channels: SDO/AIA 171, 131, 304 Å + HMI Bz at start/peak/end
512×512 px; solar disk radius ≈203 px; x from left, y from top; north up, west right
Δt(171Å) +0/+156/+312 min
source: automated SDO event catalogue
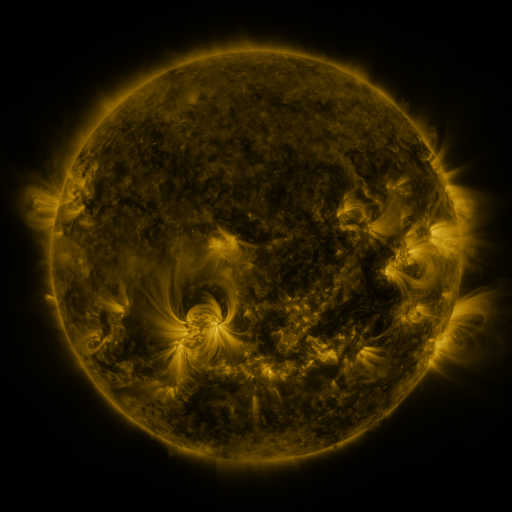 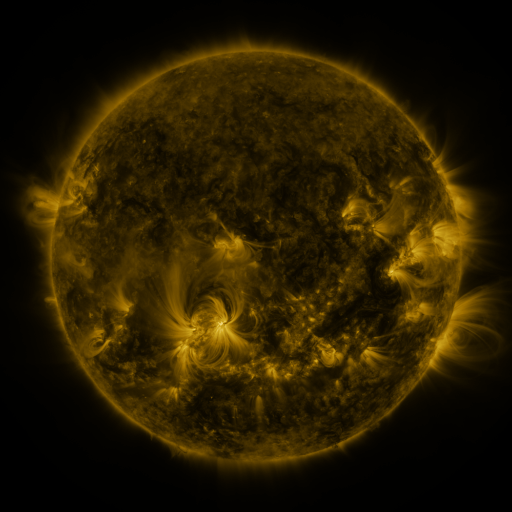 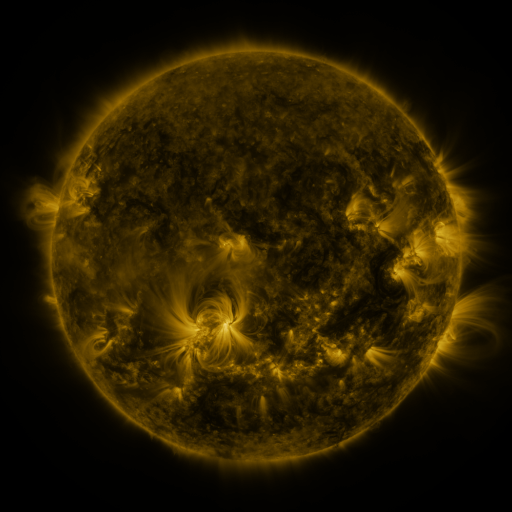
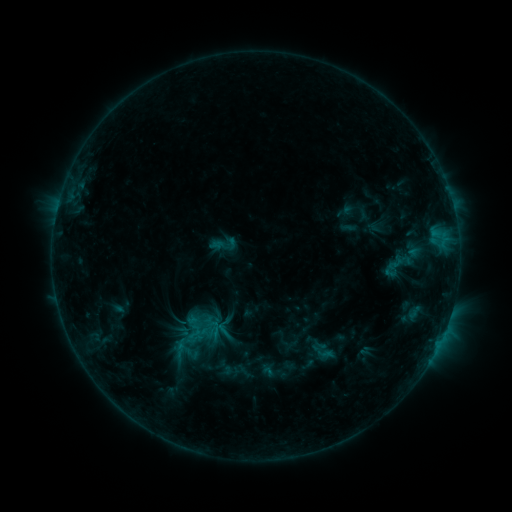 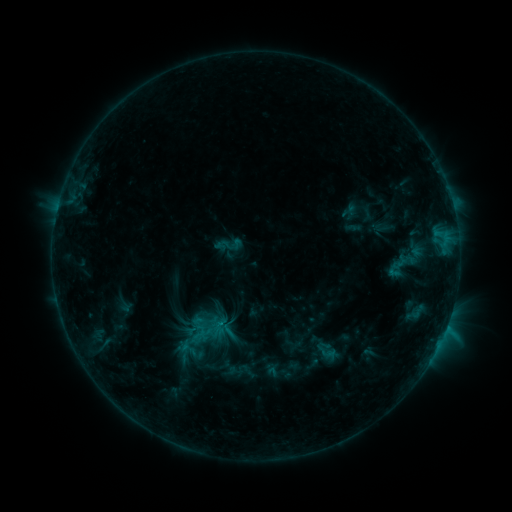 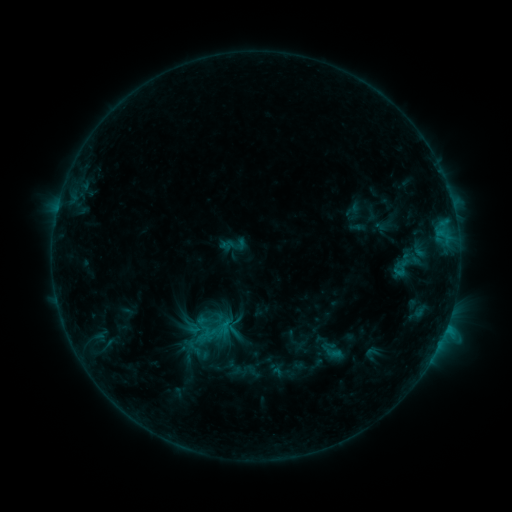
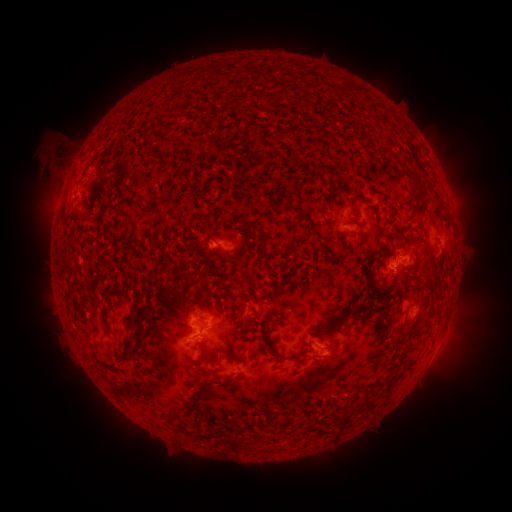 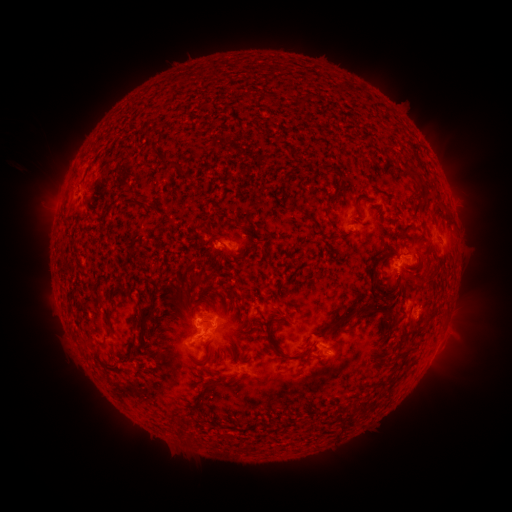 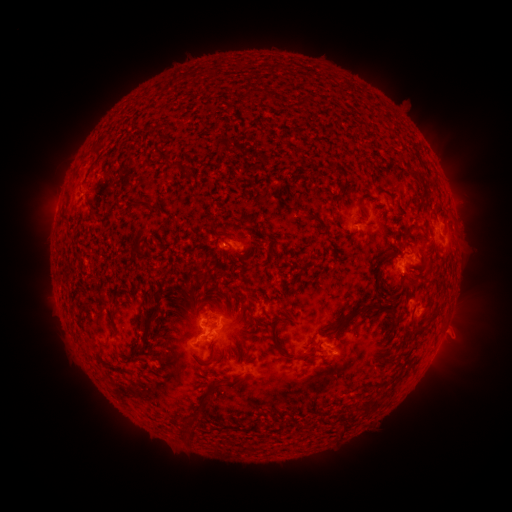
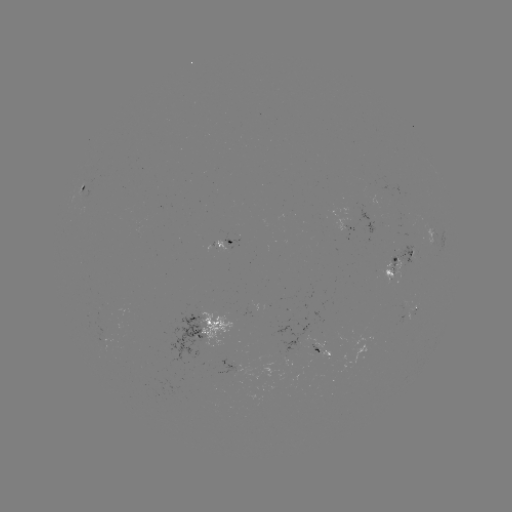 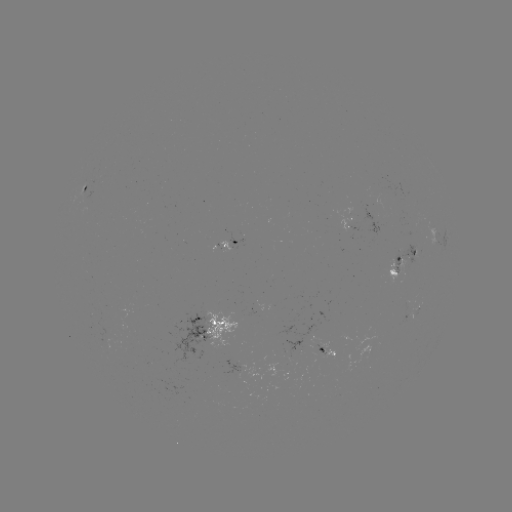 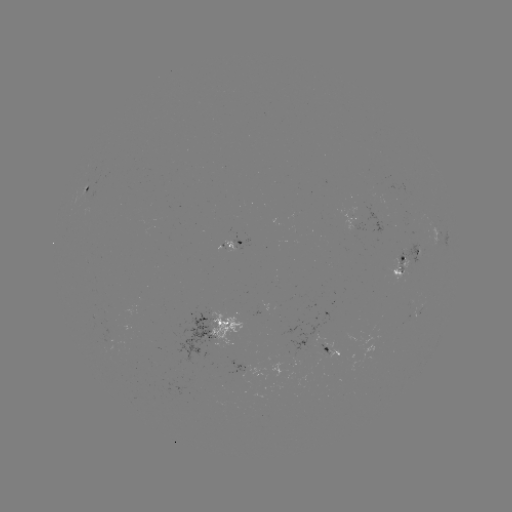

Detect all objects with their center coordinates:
filament eruption: (207, 453)
